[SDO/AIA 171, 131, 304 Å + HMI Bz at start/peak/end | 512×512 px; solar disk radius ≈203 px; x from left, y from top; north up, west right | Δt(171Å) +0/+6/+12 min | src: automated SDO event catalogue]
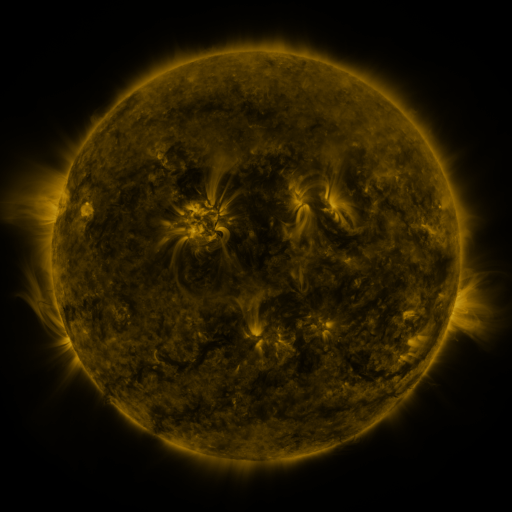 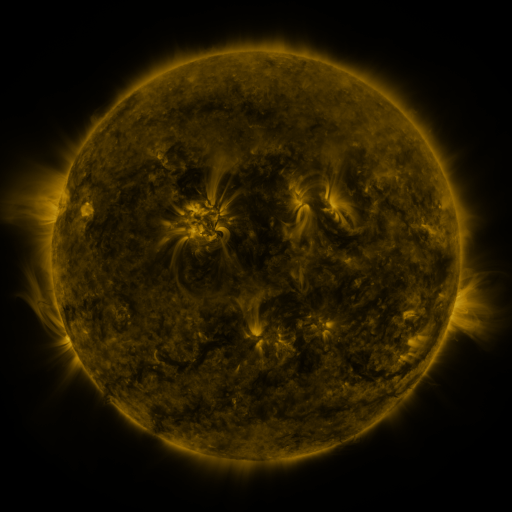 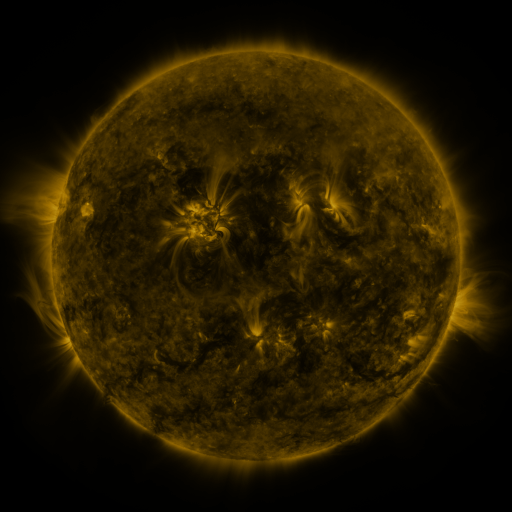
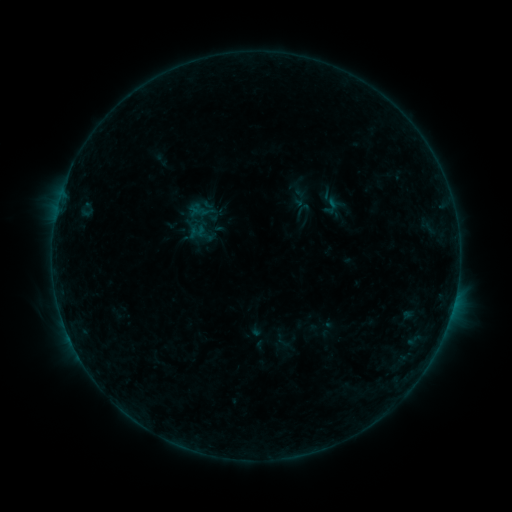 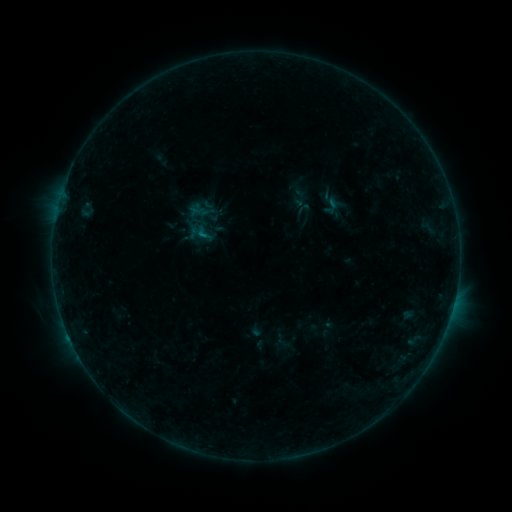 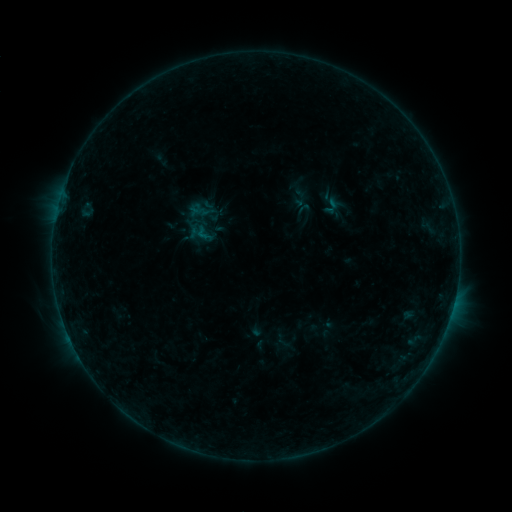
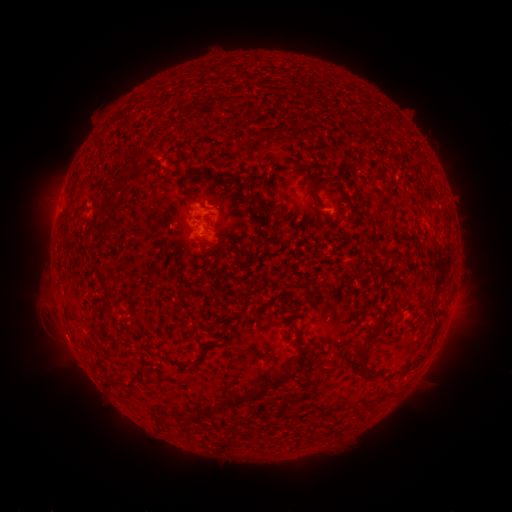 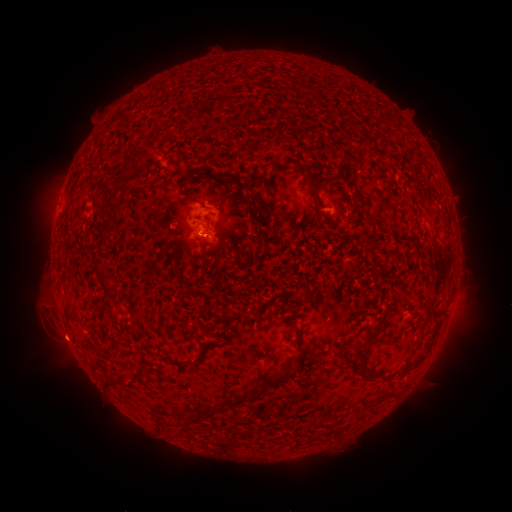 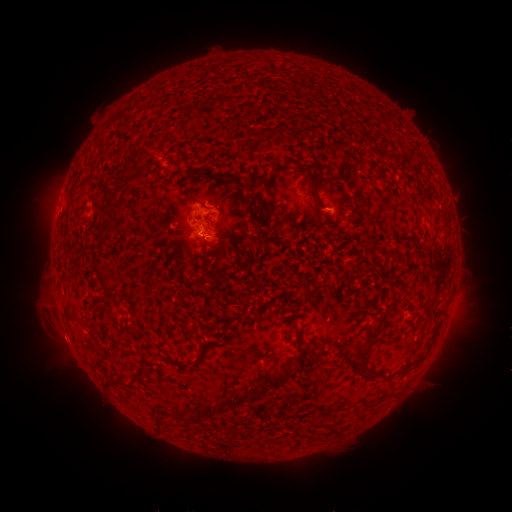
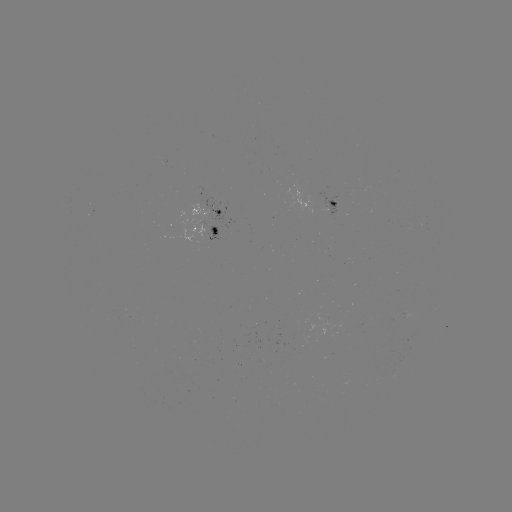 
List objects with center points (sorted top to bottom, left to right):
B2.8 flare: (203, 236)
